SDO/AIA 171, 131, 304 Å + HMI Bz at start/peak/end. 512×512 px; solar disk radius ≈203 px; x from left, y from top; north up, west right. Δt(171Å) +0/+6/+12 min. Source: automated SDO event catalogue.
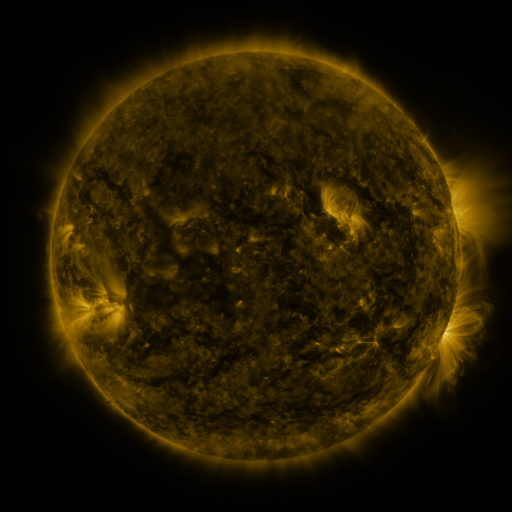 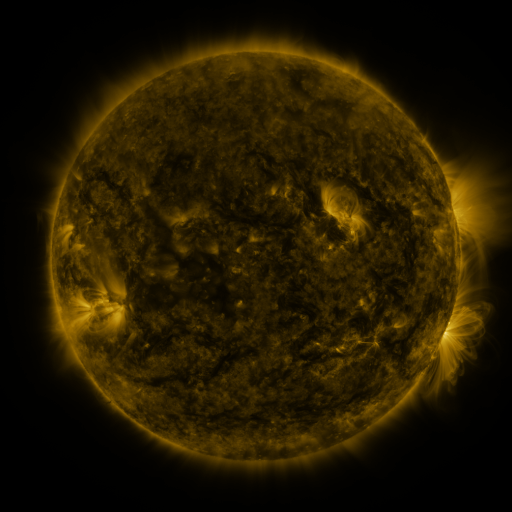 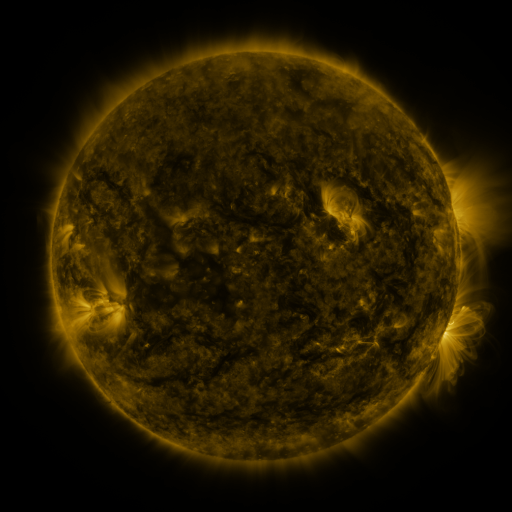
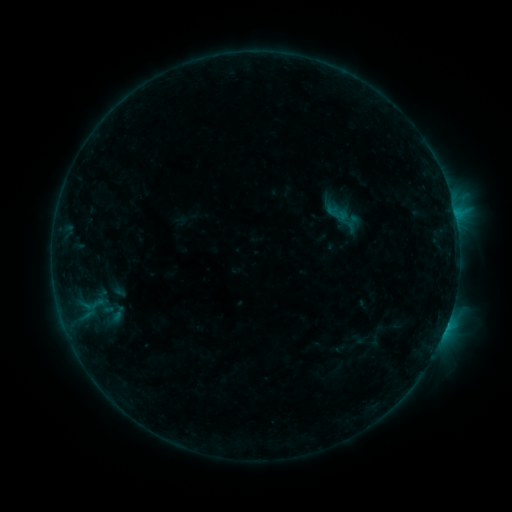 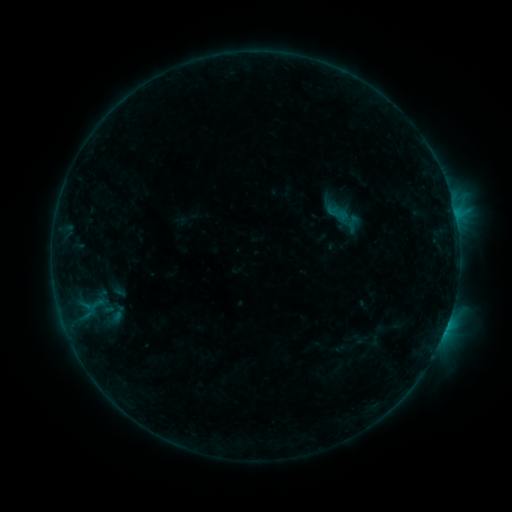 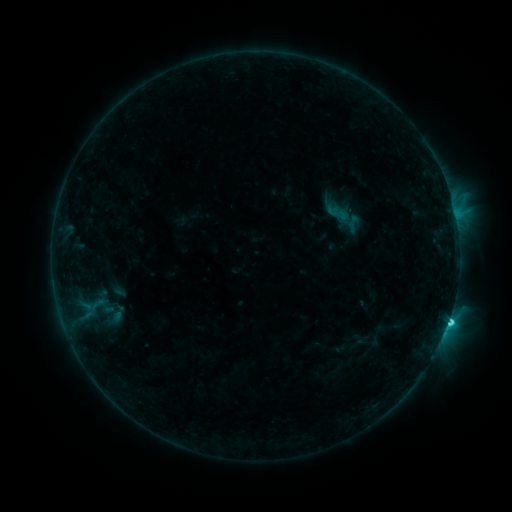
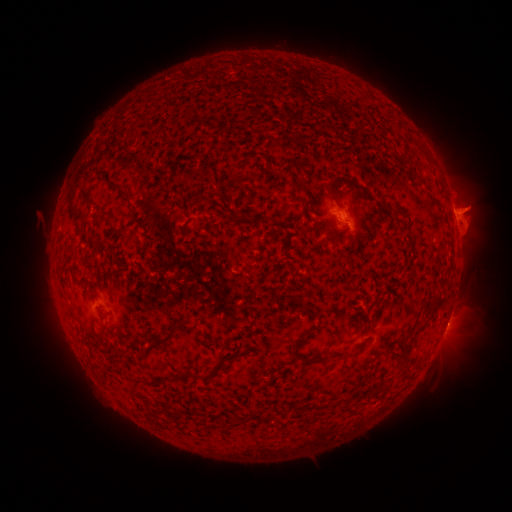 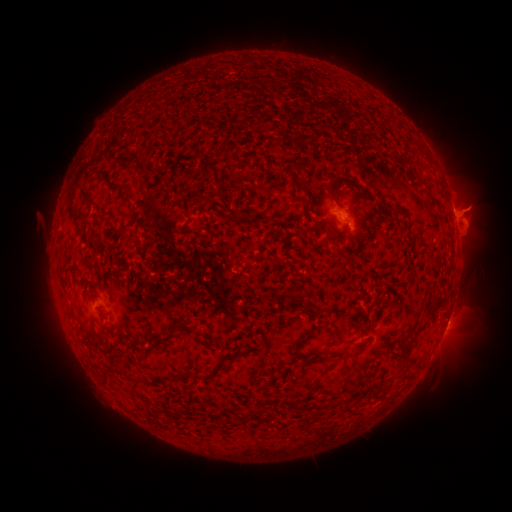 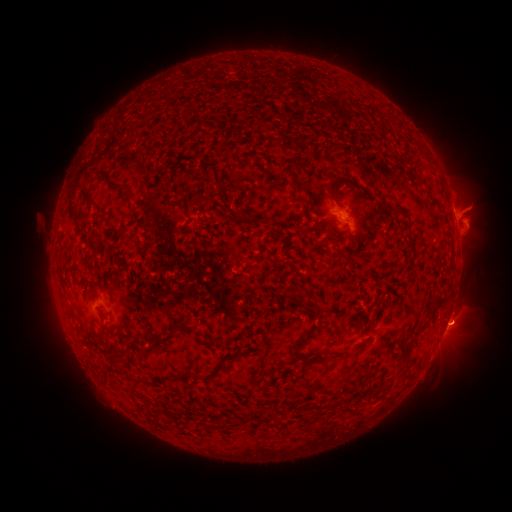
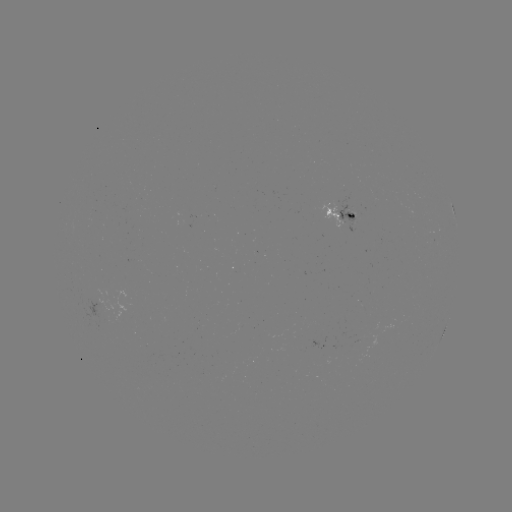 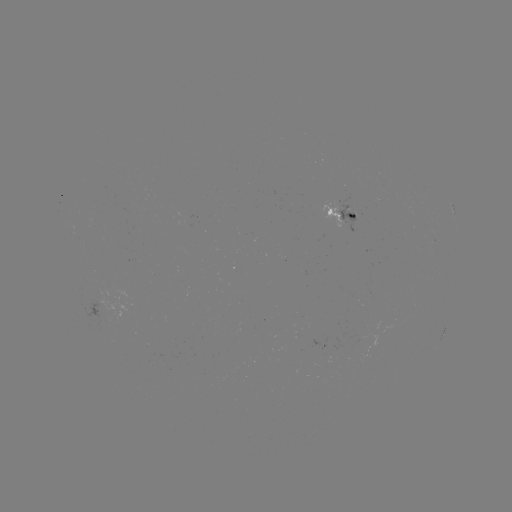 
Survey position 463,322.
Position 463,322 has eruption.